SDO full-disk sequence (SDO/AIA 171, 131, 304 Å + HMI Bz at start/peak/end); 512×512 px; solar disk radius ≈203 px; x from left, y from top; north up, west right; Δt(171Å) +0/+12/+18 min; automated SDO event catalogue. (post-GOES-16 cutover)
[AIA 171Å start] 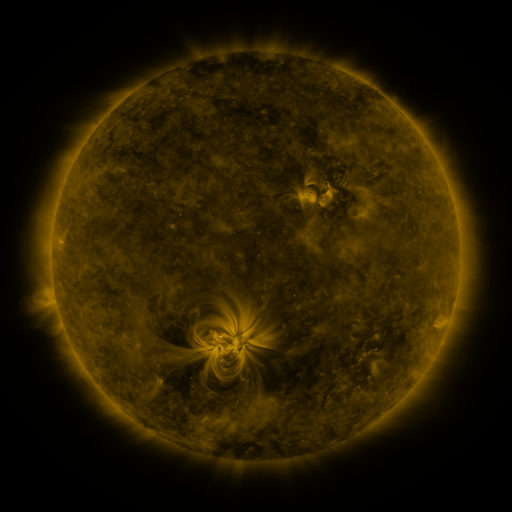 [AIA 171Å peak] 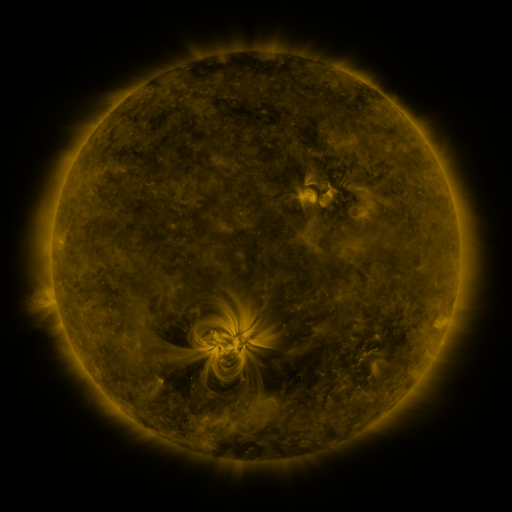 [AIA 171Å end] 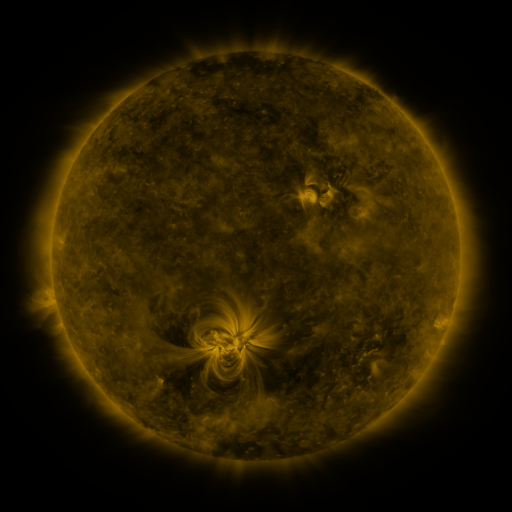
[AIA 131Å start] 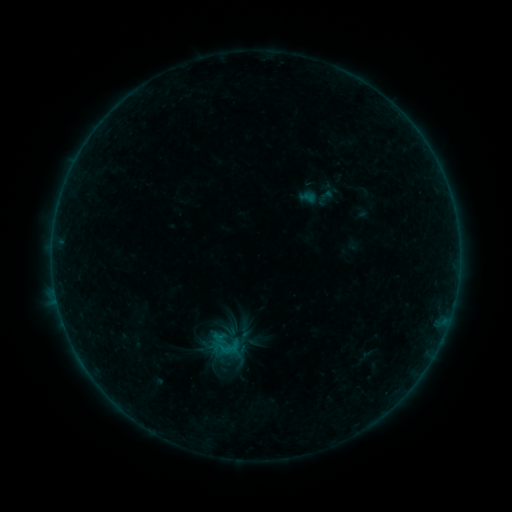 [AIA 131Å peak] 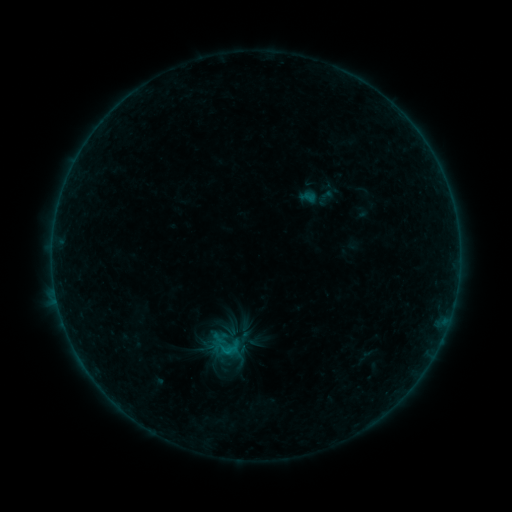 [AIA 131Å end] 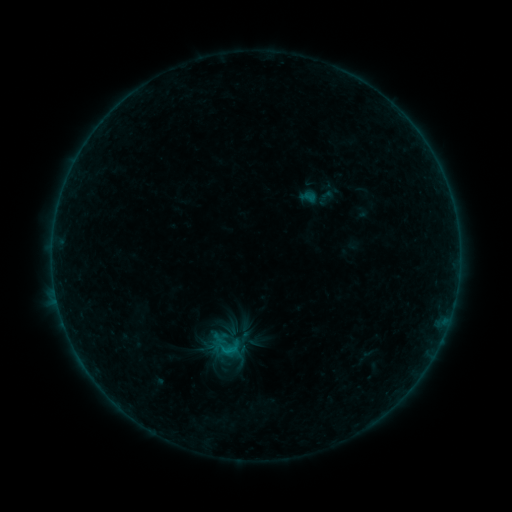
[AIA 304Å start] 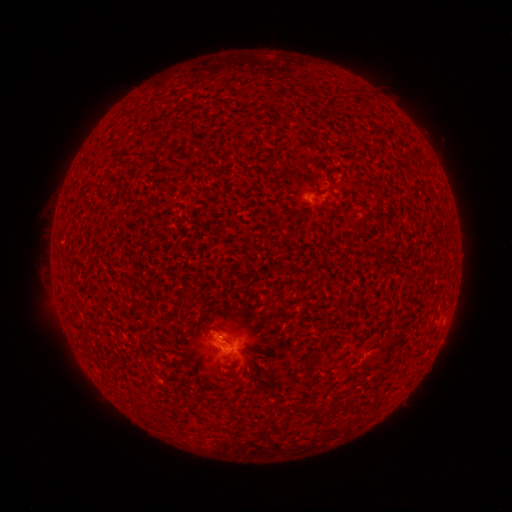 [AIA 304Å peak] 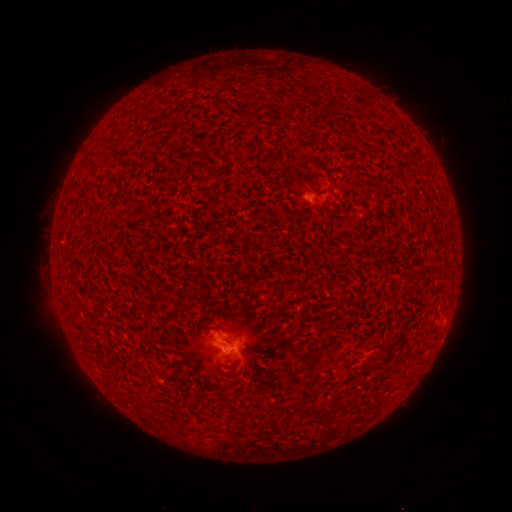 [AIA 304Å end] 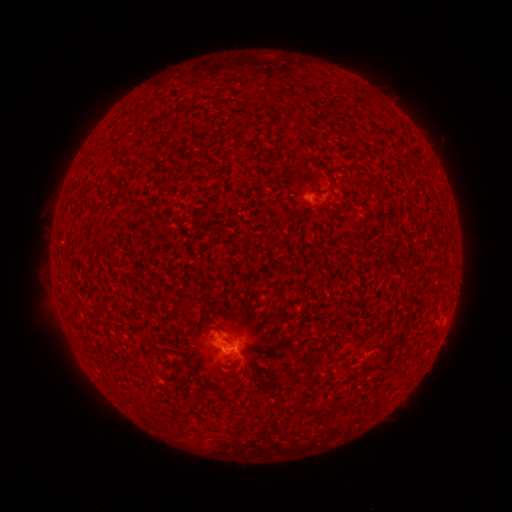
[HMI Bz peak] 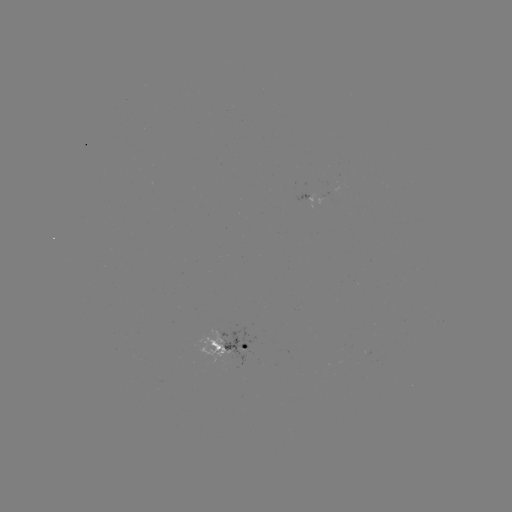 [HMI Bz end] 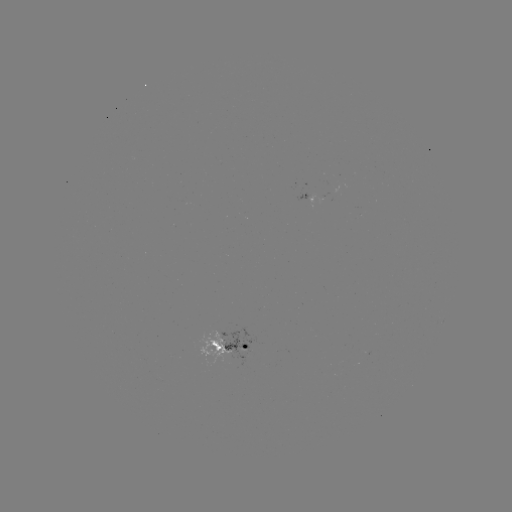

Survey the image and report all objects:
B3.4 flare: (230, 350)
